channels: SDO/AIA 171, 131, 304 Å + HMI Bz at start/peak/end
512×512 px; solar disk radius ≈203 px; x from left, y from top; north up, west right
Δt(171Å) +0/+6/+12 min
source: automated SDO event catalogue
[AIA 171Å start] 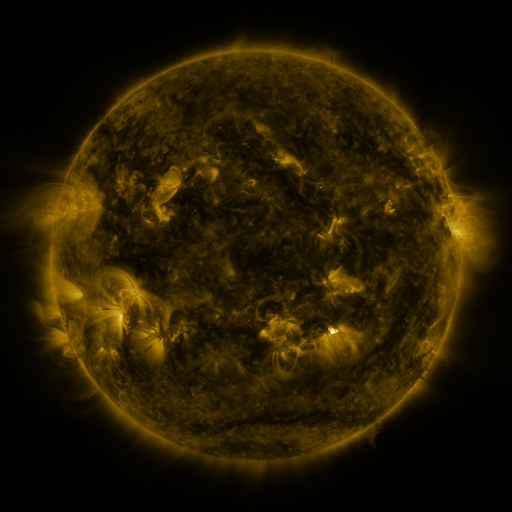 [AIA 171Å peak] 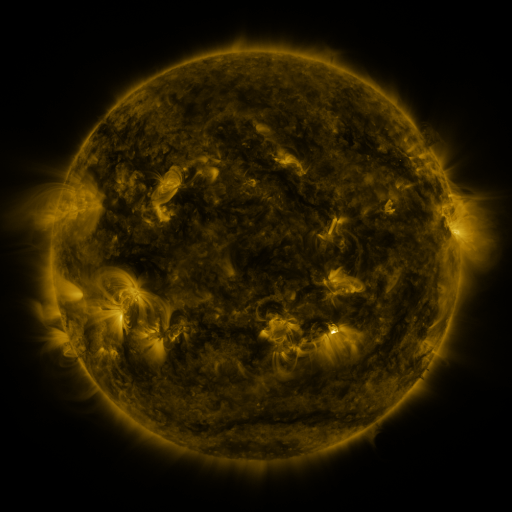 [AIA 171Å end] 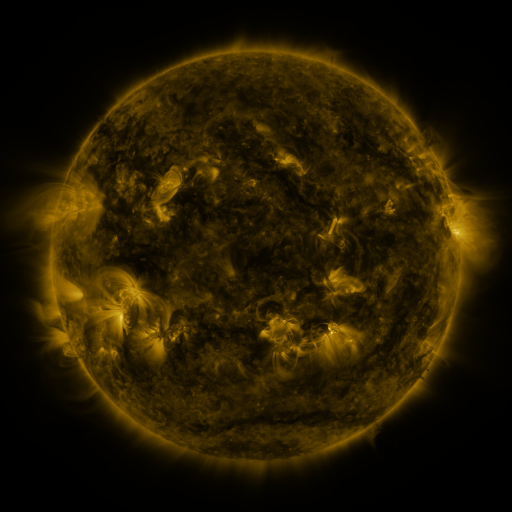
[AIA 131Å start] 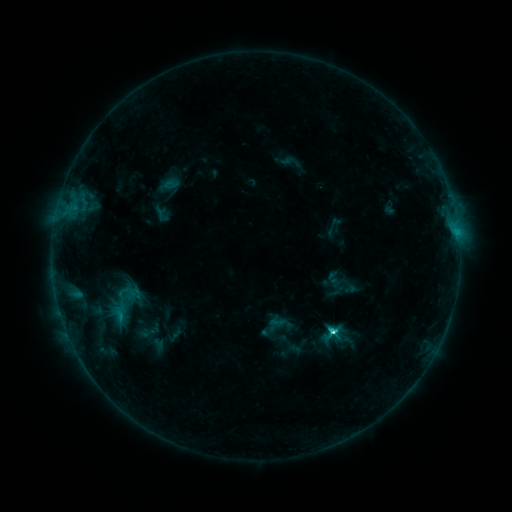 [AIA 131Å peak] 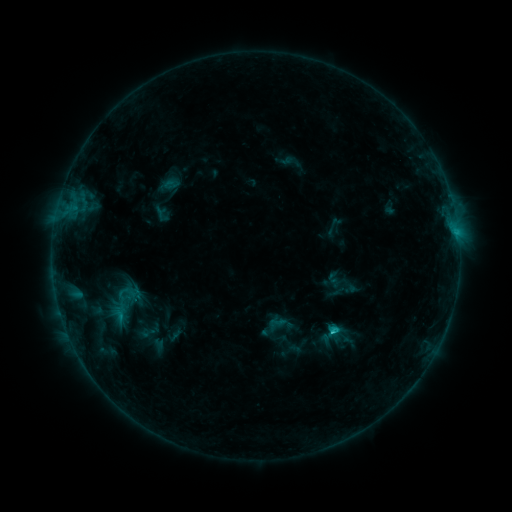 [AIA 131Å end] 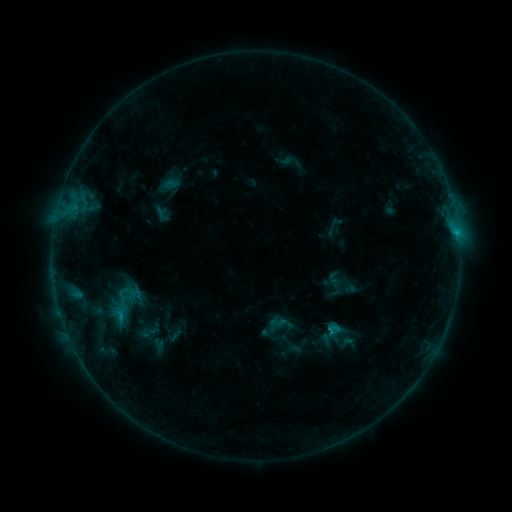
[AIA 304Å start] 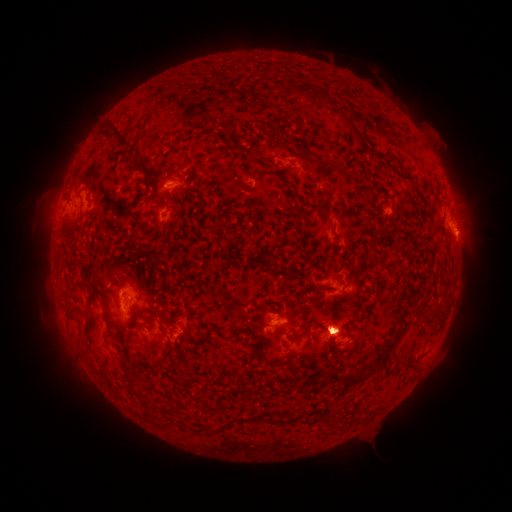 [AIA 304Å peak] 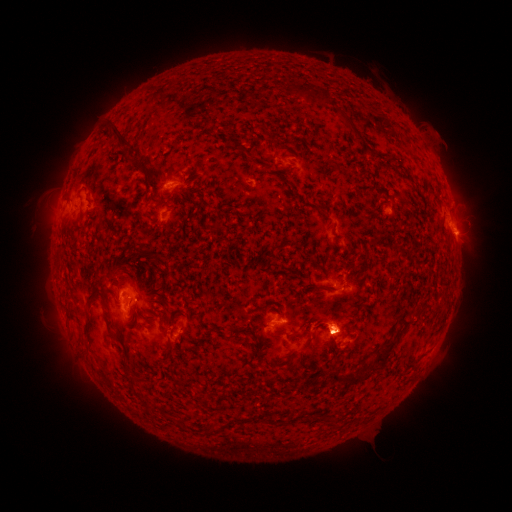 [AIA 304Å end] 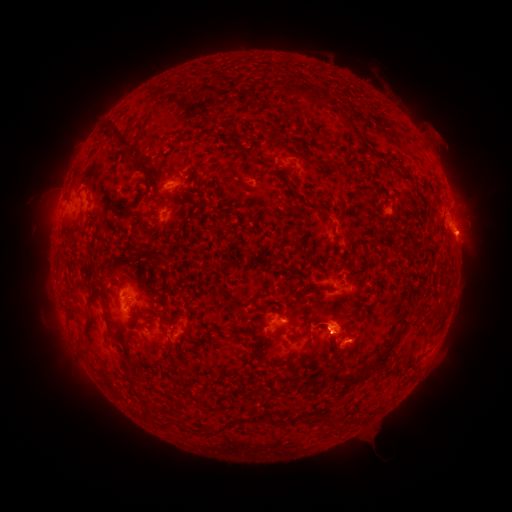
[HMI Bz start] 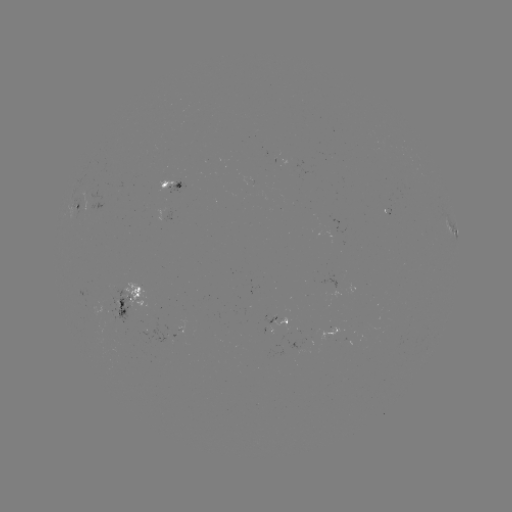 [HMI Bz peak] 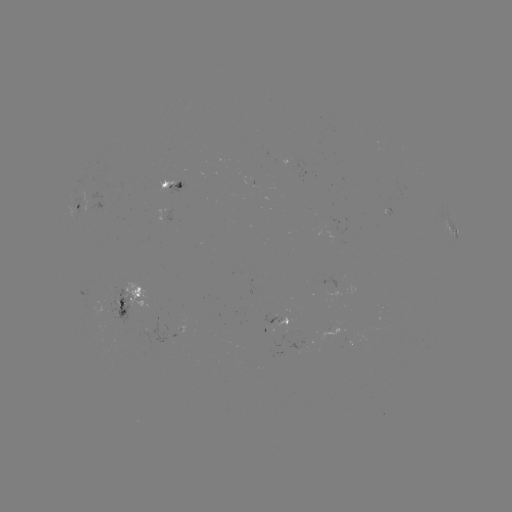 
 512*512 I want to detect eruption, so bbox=[405, 110, 493, 263].